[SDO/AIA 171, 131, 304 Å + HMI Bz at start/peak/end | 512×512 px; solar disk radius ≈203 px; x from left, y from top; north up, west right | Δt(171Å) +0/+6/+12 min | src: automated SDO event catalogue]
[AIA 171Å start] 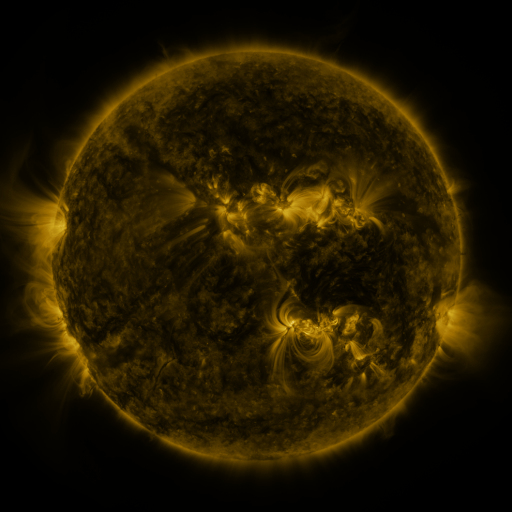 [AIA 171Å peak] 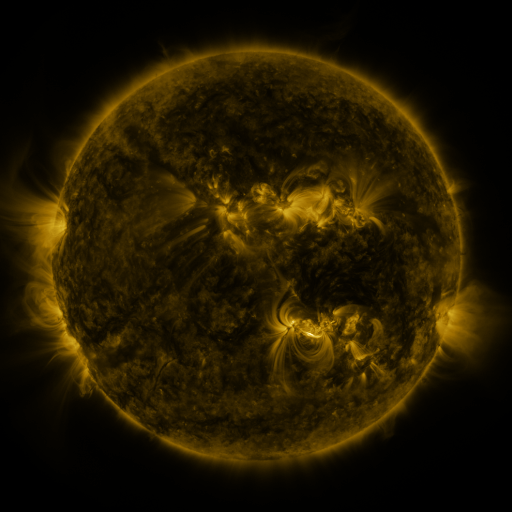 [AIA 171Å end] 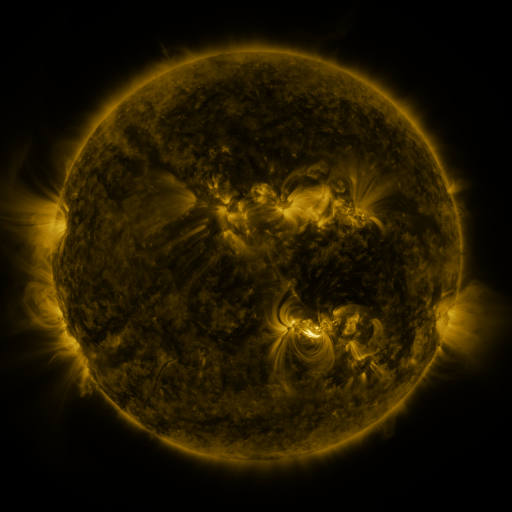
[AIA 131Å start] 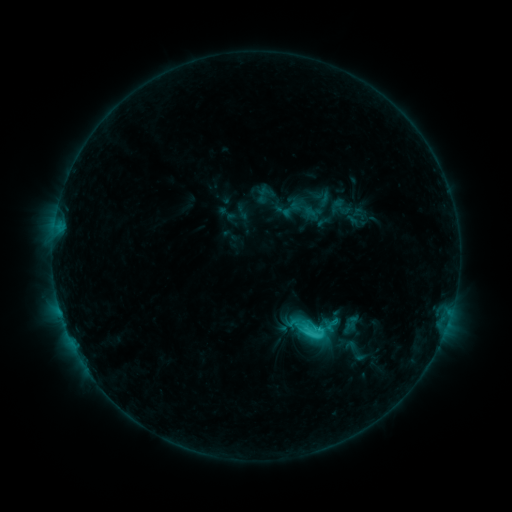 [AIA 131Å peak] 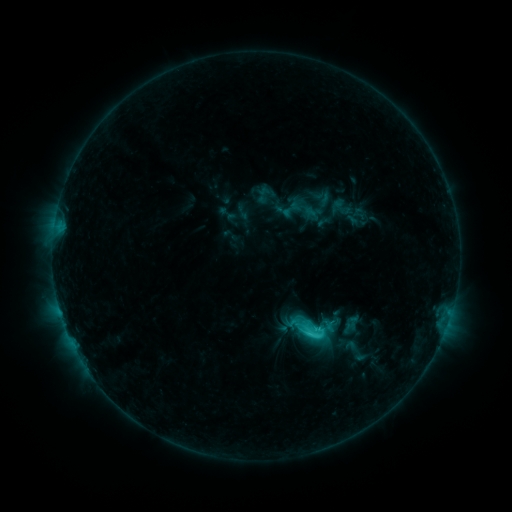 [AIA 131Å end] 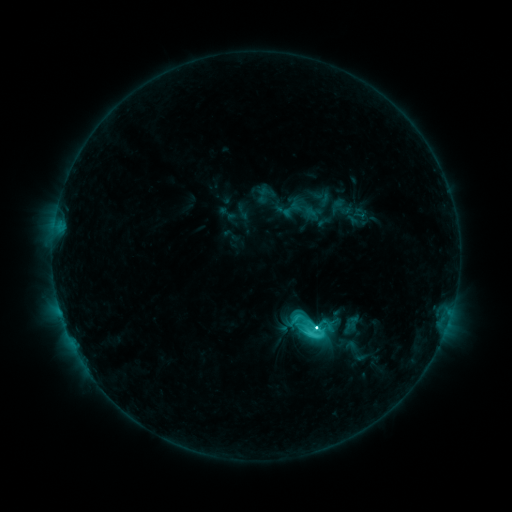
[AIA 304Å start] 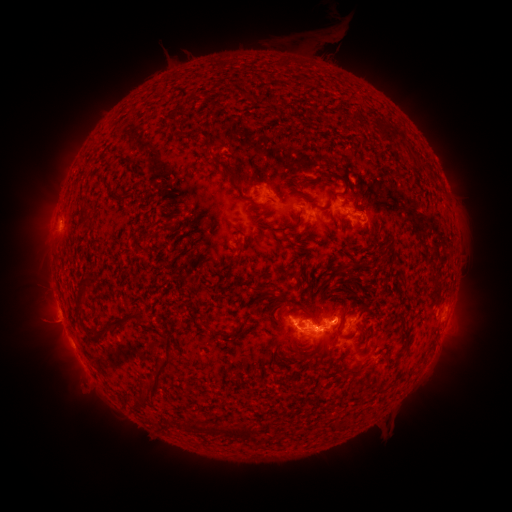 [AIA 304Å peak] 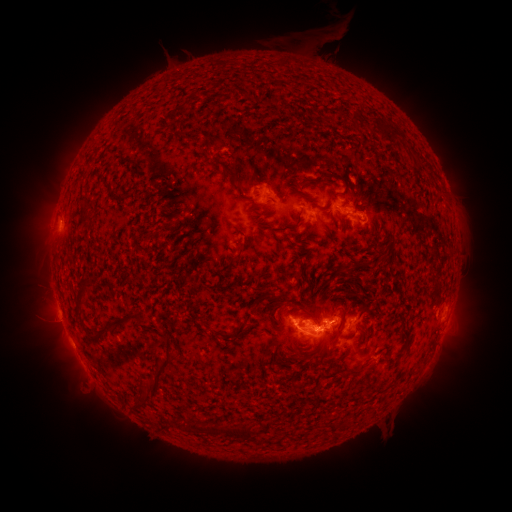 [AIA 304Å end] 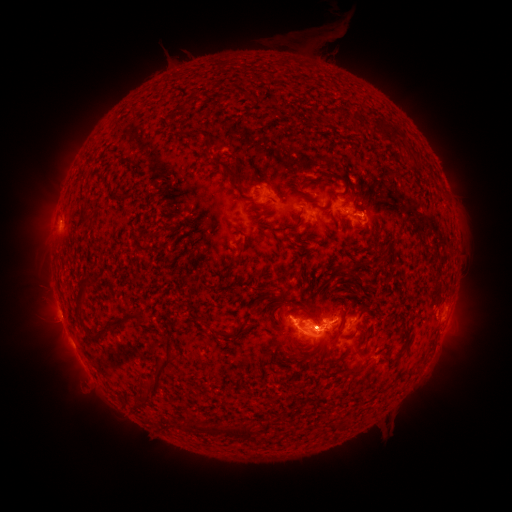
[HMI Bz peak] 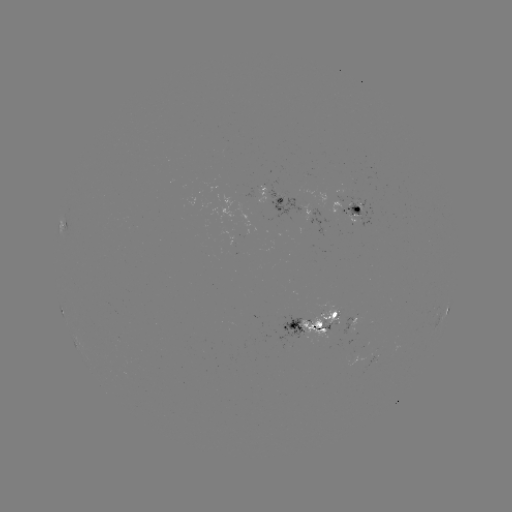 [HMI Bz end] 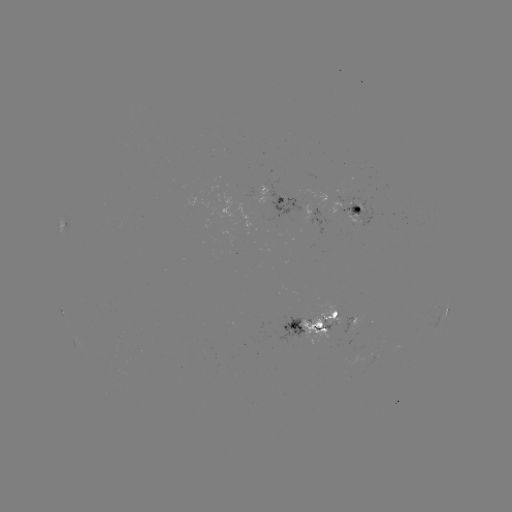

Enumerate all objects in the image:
C5.8 flare: (309, 332)
